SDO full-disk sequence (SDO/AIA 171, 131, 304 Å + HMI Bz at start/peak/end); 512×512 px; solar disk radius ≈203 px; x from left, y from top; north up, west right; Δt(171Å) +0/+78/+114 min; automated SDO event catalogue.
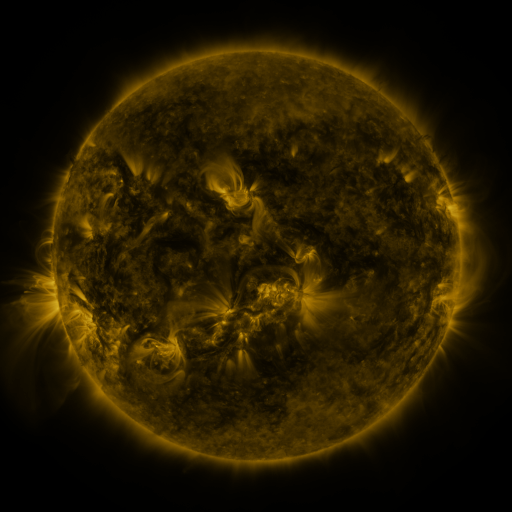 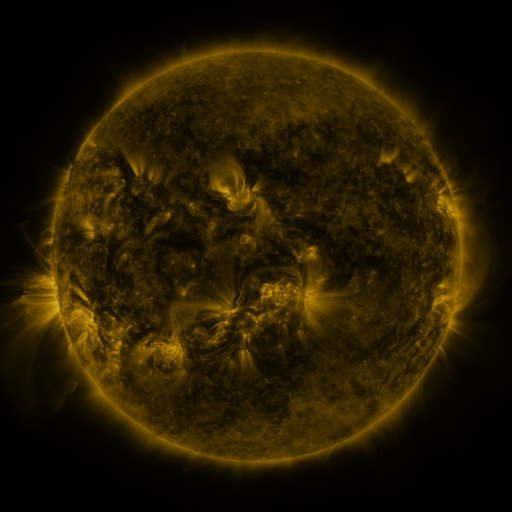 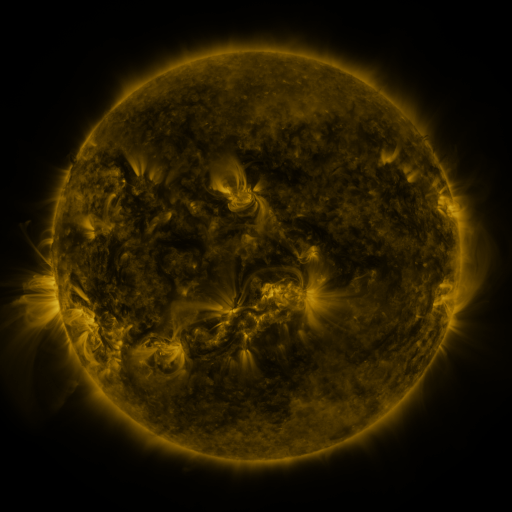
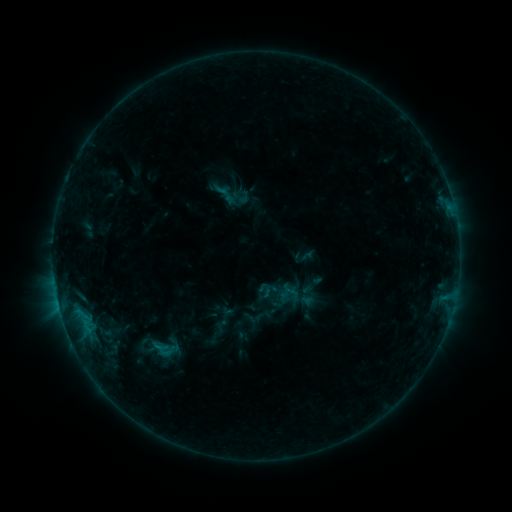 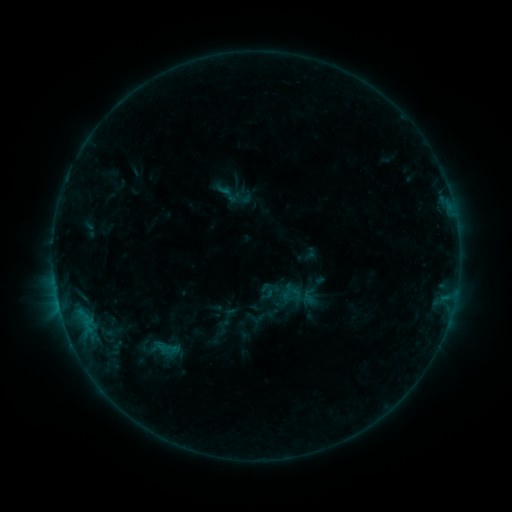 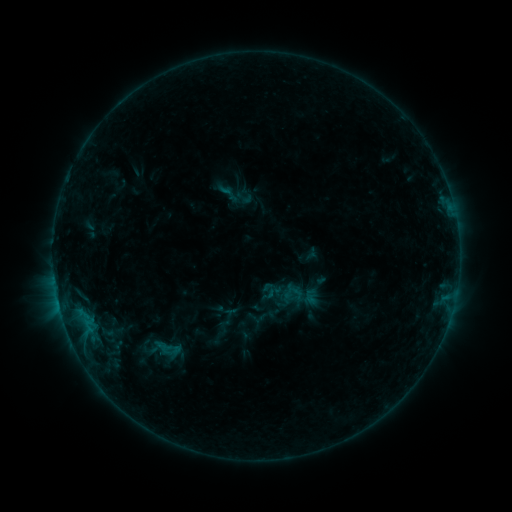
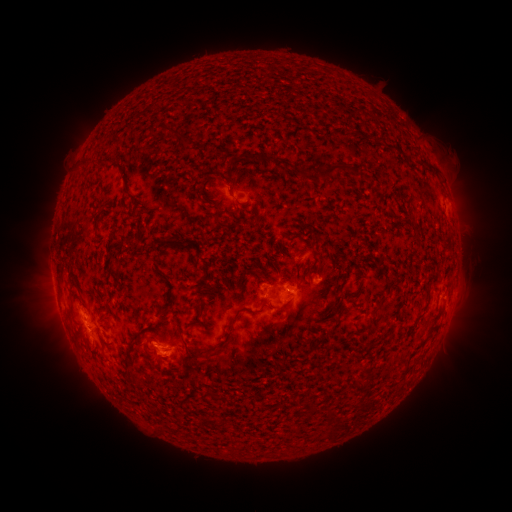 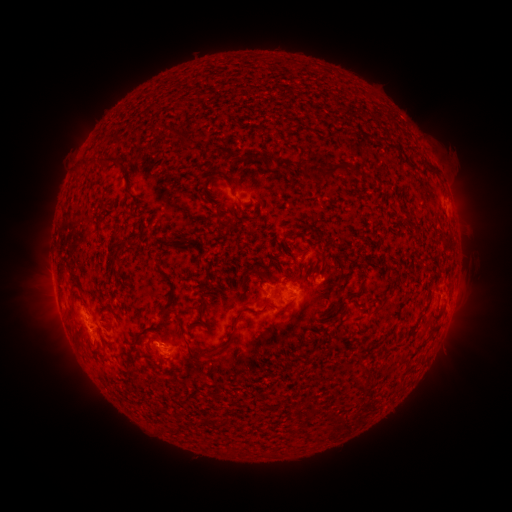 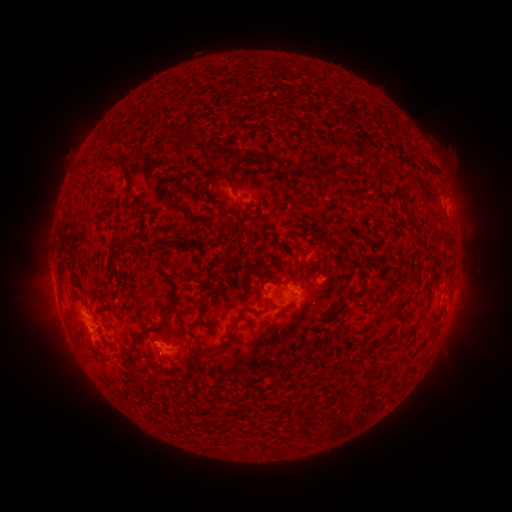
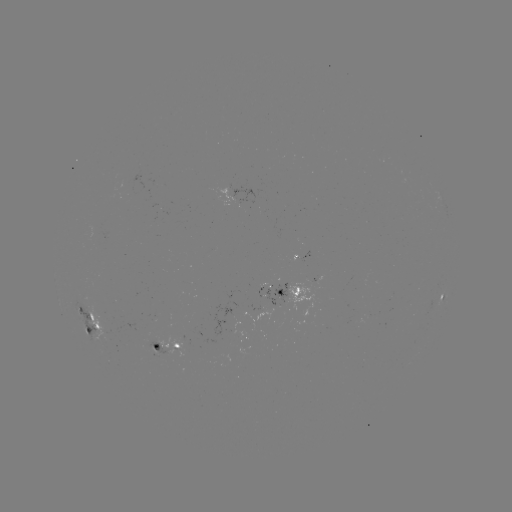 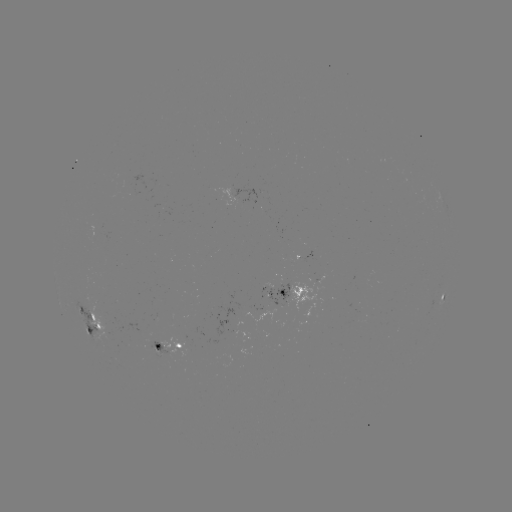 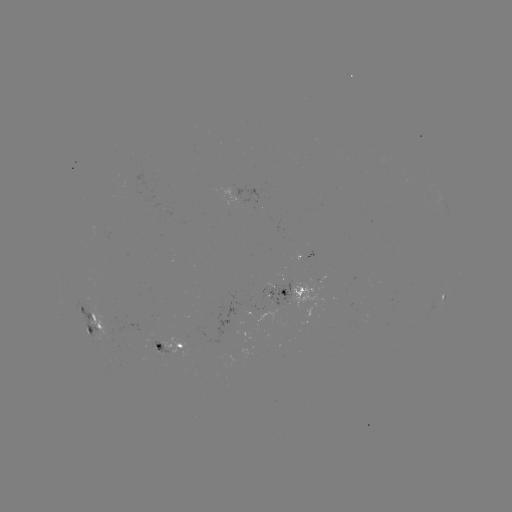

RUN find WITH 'emerging-flux region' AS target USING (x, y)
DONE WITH (248, 314) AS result